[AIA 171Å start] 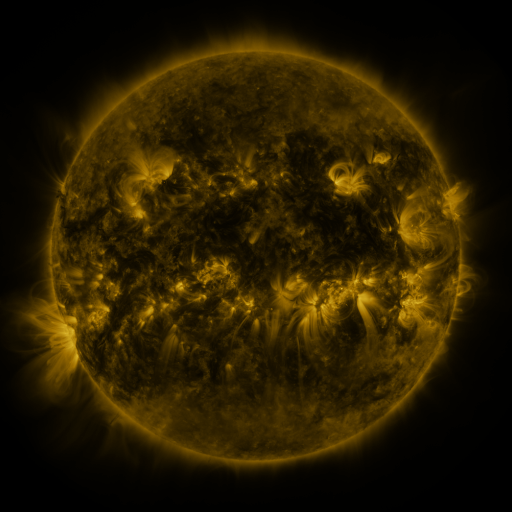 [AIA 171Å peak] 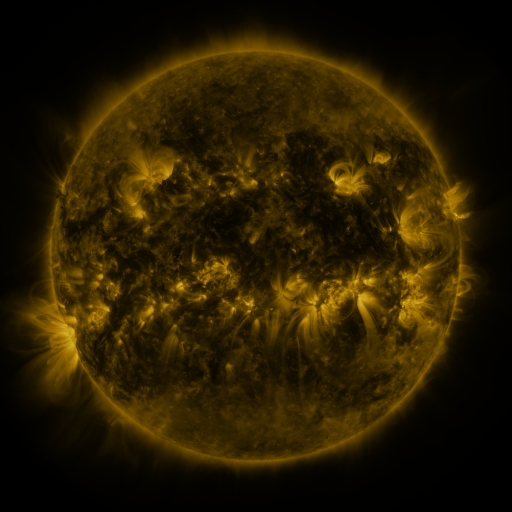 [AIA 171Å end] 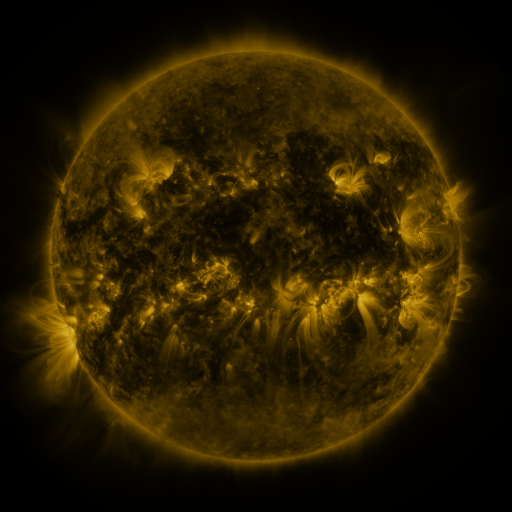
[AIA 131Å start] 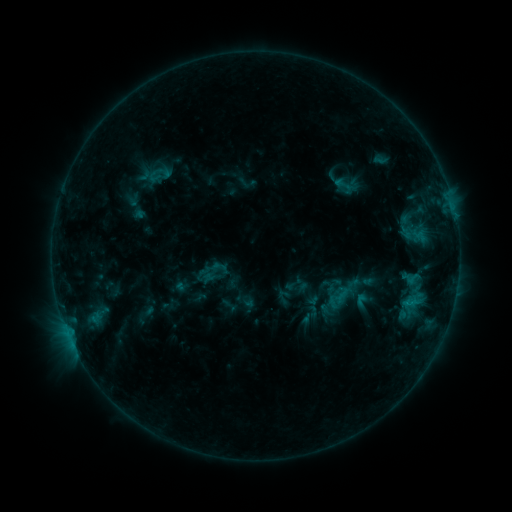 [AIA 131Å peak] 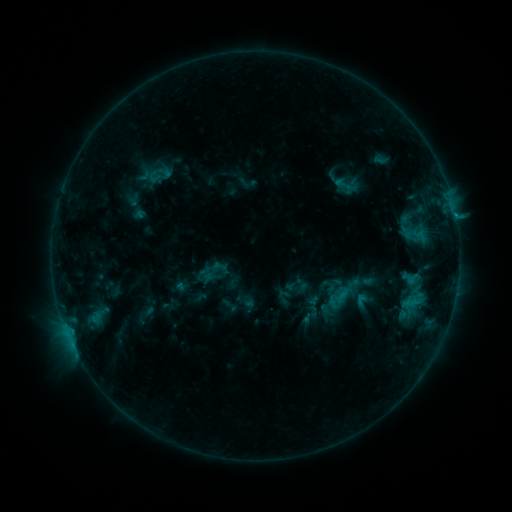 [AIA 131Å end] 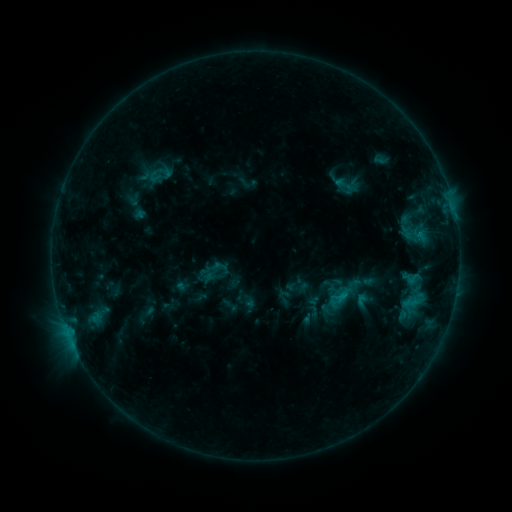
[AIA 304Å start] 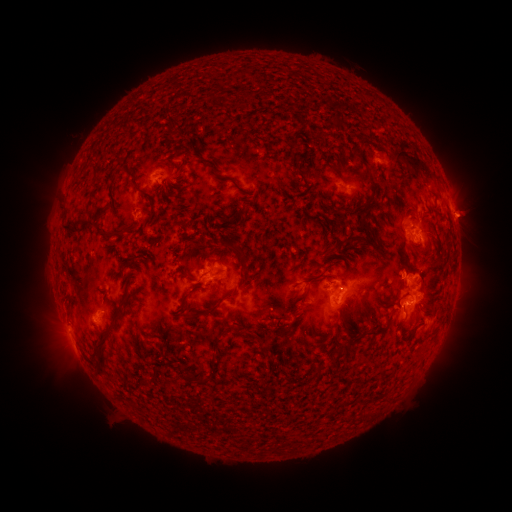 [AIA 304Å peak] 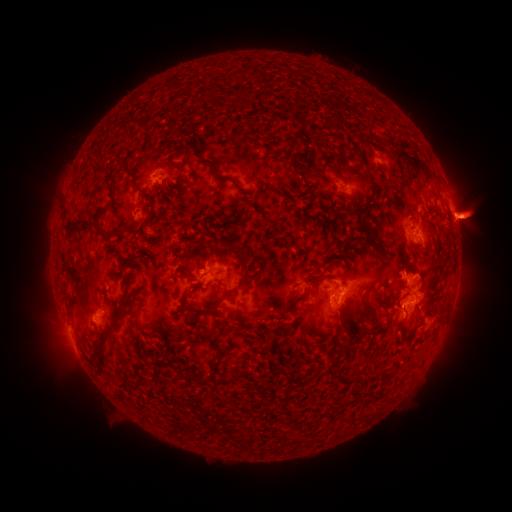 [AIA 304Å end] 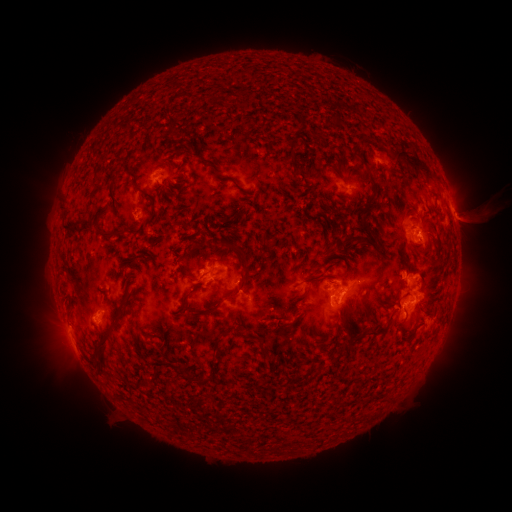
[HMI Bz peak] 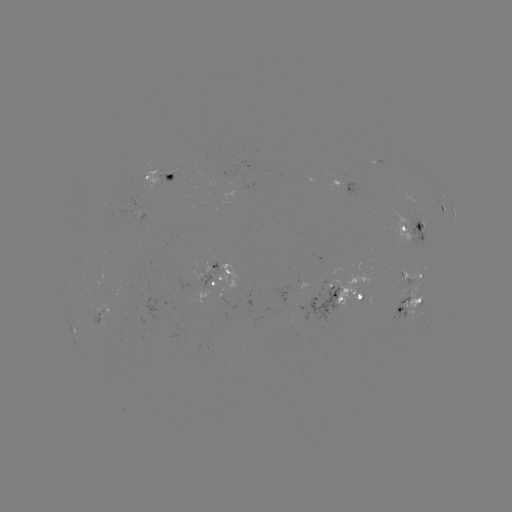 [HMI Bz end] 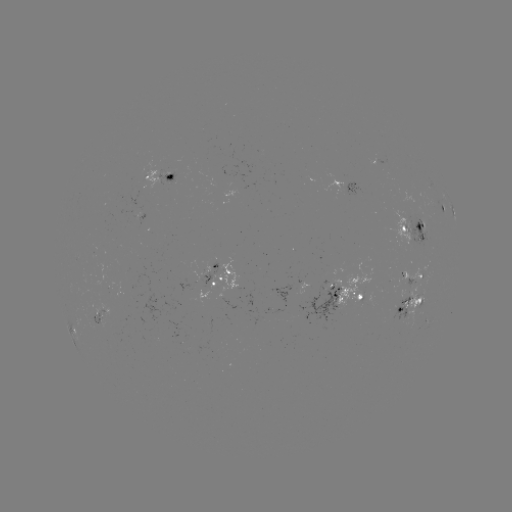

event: eruption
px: (471, 218)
